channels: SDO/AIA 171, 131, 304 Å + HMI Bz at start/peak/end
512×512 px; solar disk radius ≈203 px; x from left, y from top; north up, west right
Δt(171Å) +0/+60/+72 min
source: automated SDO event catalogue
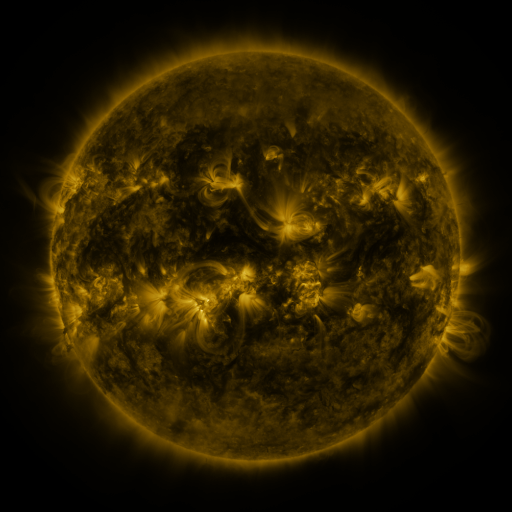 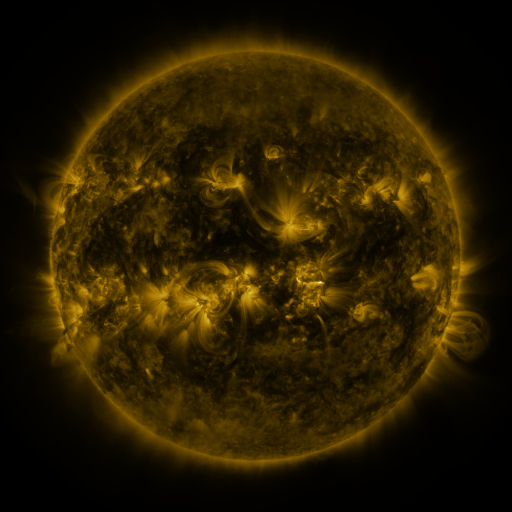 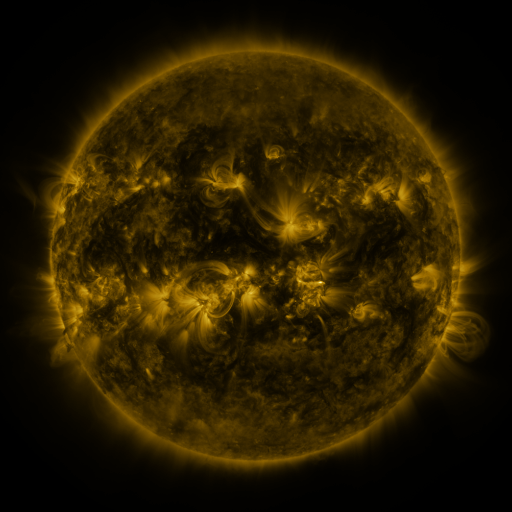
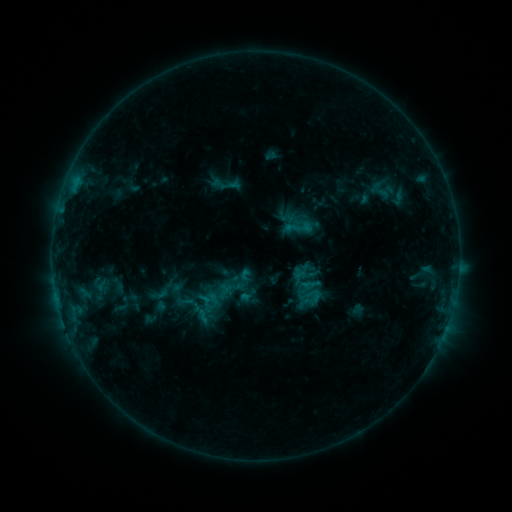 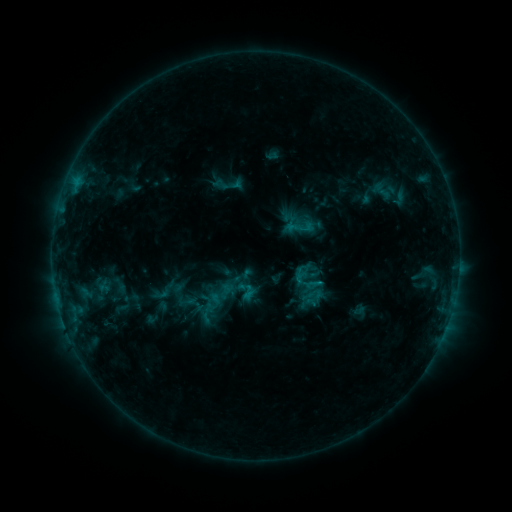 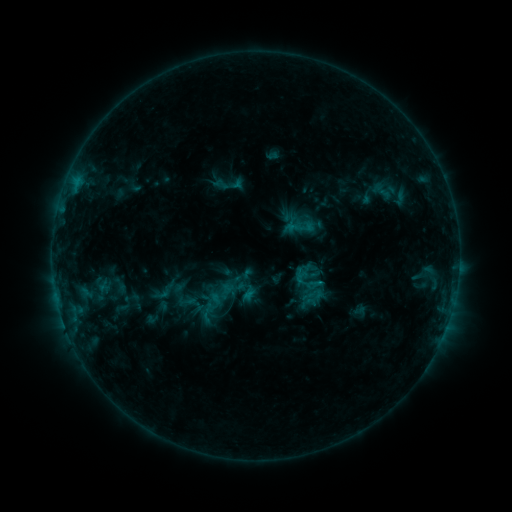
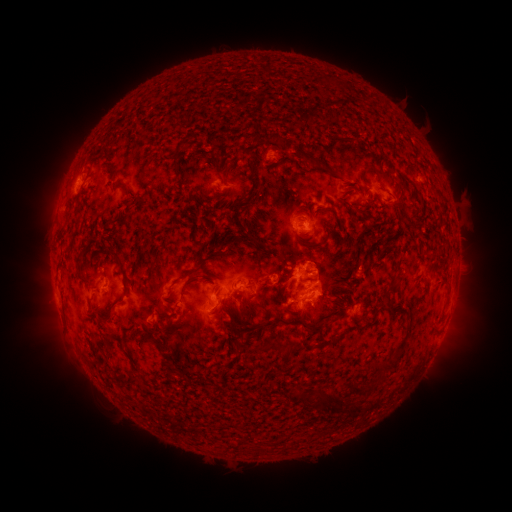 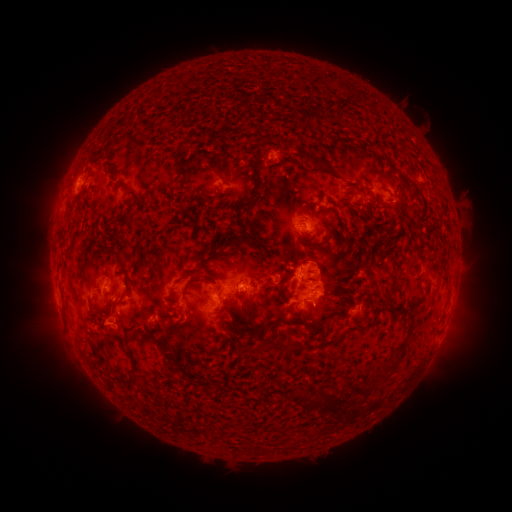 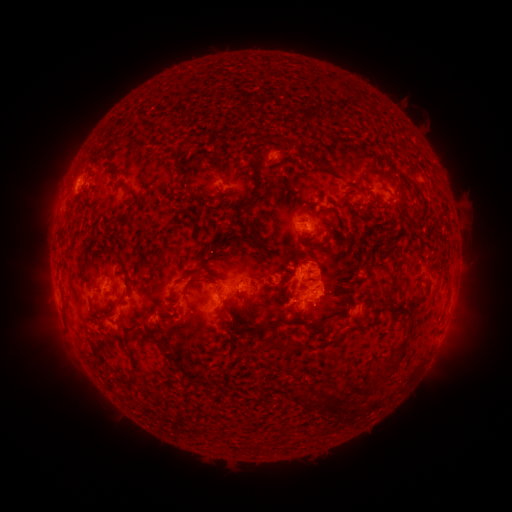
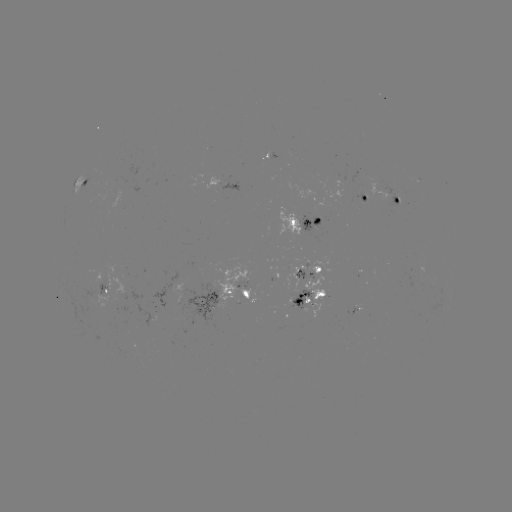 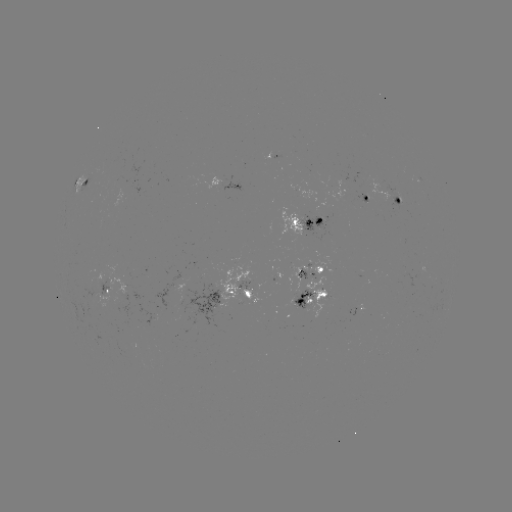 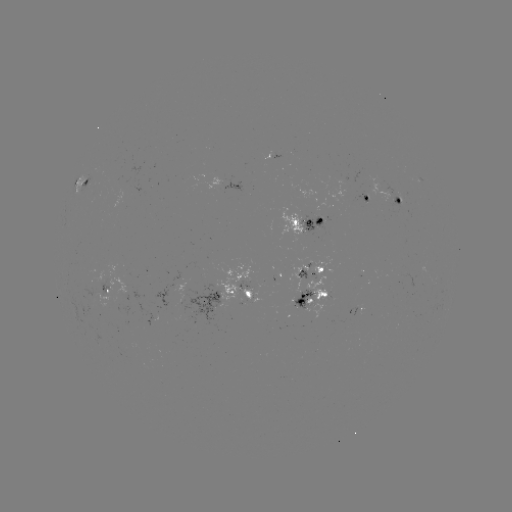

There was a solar emerging-flux region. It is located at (304, 269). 